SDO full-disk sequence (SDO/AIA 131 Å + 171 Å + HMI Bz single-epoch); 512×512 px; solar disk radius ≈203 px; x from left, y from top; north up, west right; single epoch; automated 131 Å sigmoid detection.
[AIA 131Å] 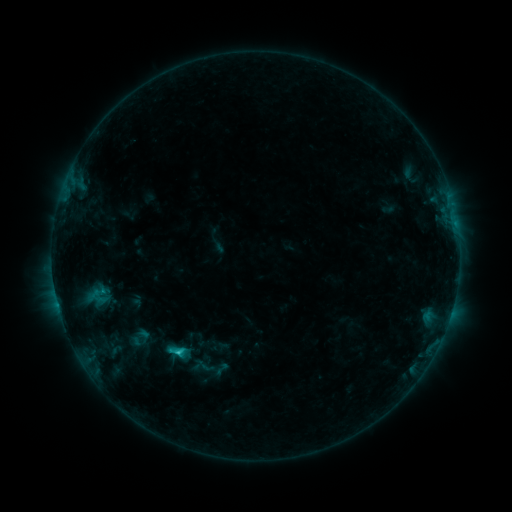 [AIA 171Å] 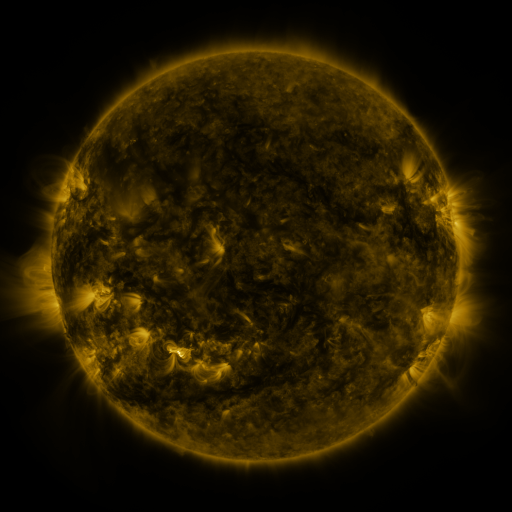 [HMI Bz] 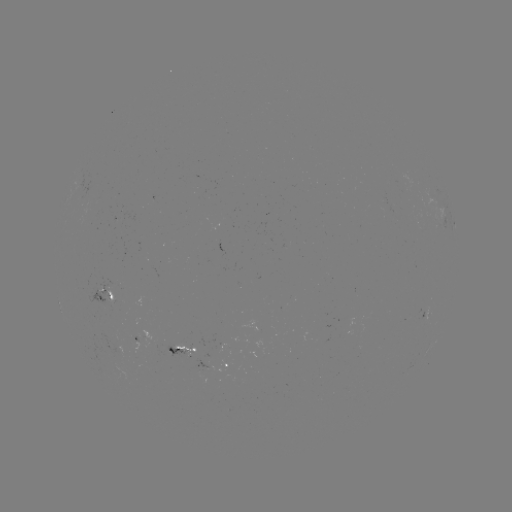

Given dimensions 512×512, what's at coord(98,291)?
sigmoid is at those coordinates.